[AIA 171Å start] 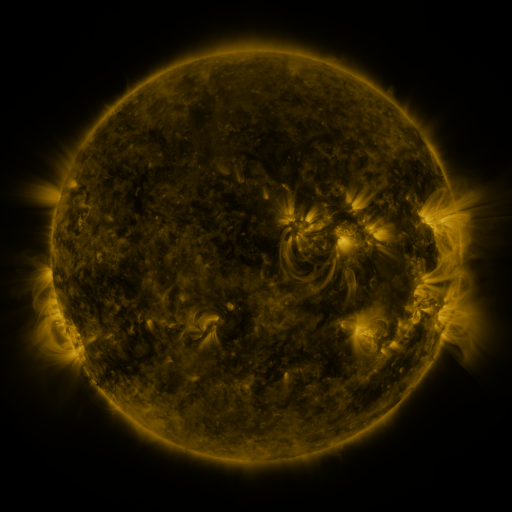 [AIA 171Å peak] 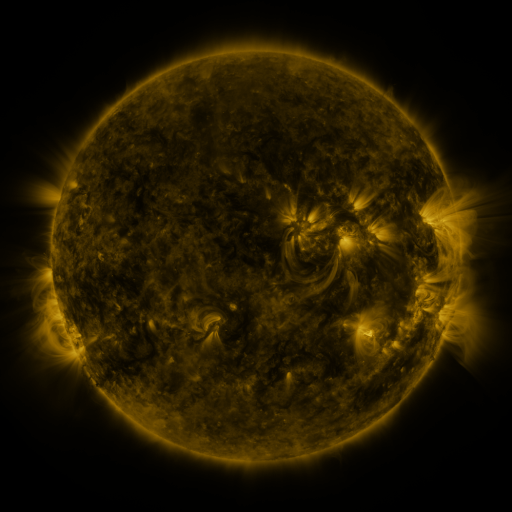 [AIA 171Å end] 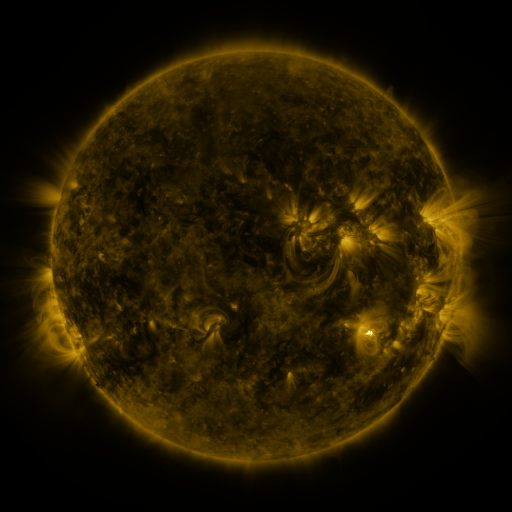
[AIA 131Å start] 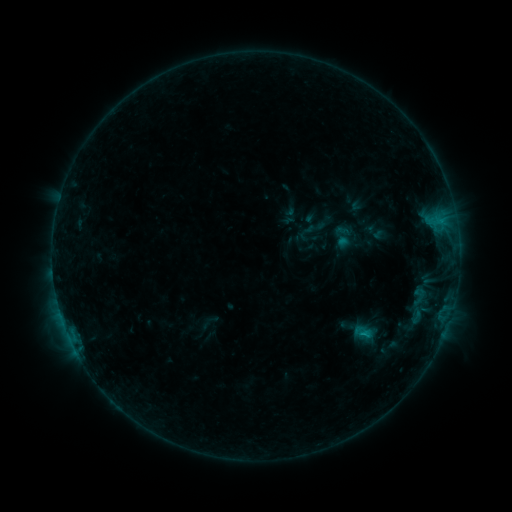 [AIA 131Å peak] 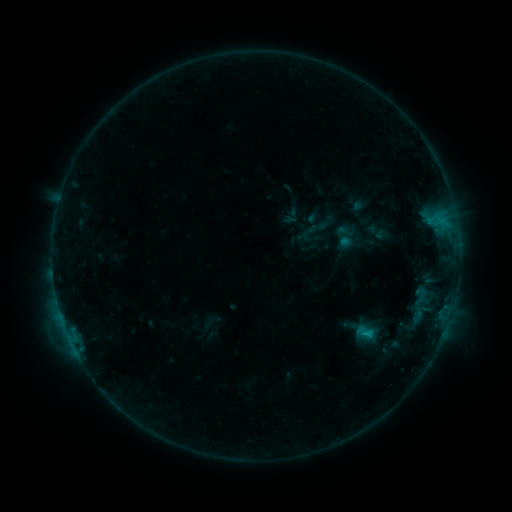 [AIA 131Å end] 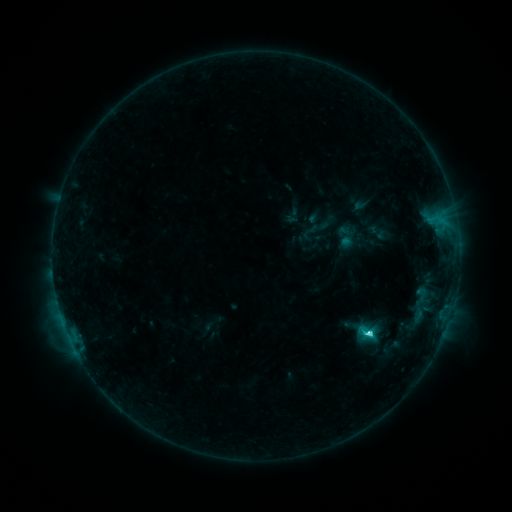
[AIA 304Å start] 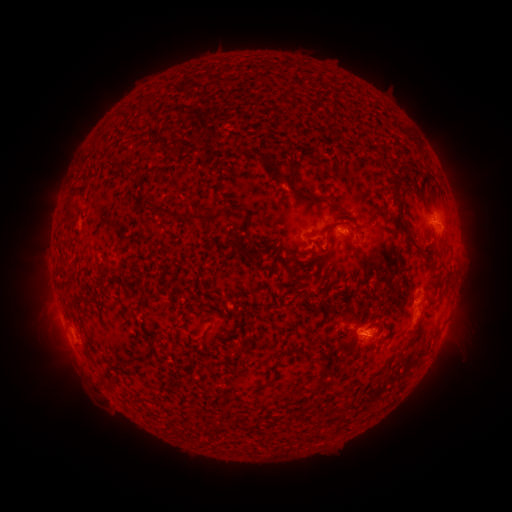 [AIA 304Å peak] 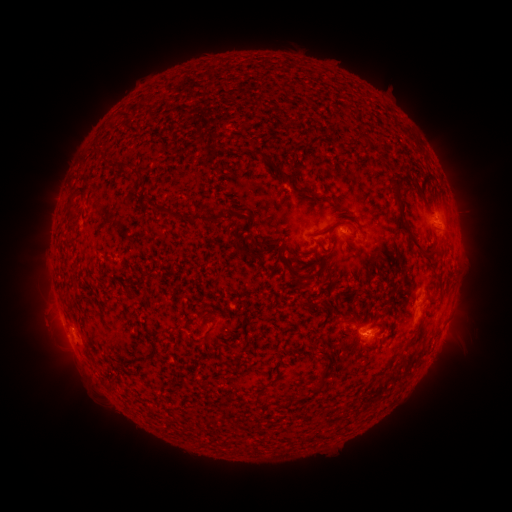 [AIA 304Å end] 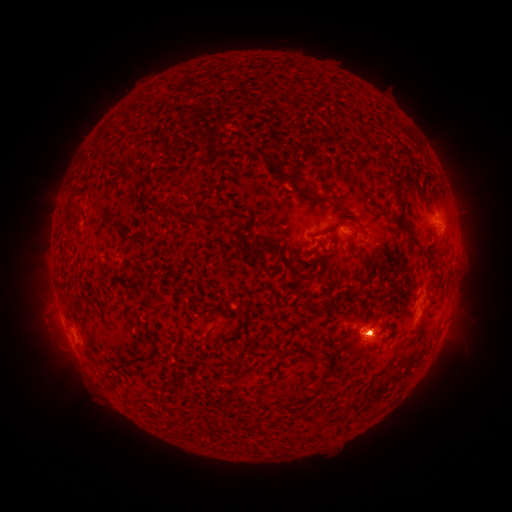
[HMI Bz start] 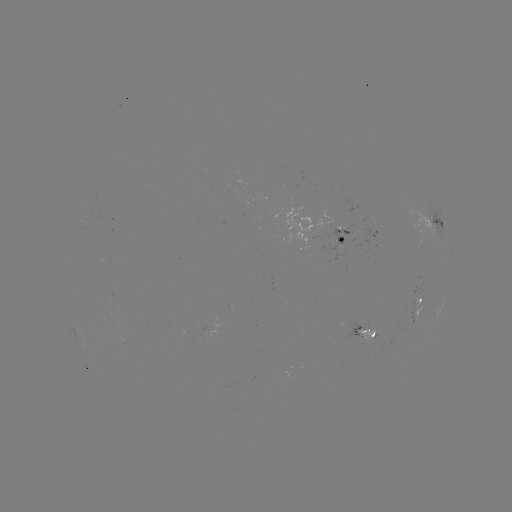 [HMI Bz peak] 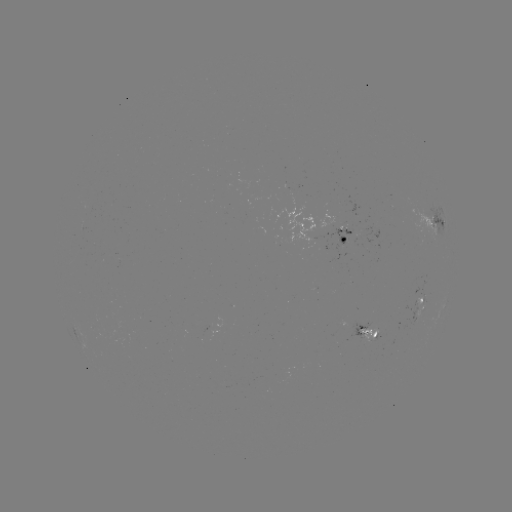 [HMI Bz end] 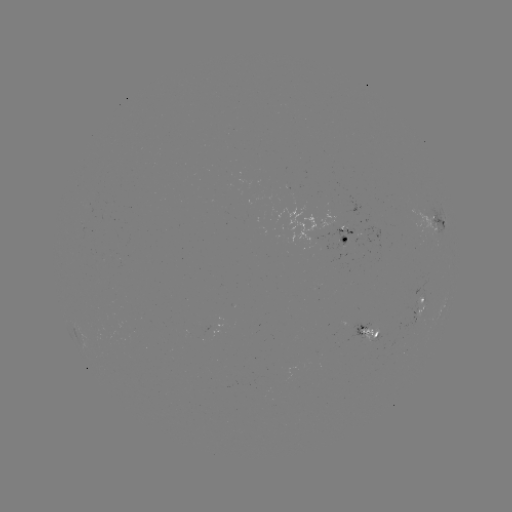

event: emerging-flux region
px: (203, 335)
